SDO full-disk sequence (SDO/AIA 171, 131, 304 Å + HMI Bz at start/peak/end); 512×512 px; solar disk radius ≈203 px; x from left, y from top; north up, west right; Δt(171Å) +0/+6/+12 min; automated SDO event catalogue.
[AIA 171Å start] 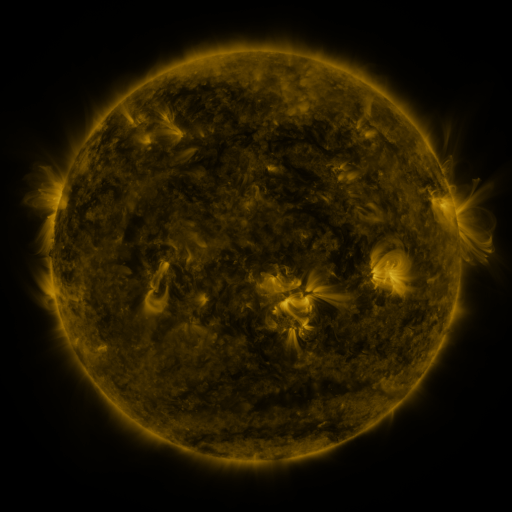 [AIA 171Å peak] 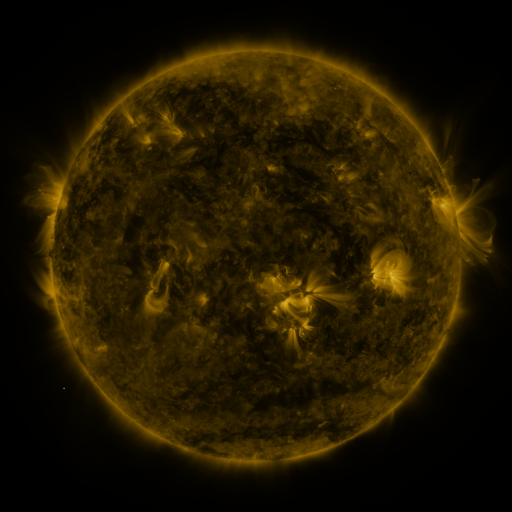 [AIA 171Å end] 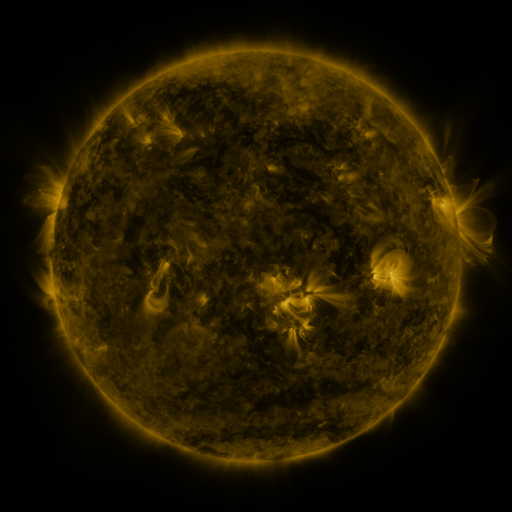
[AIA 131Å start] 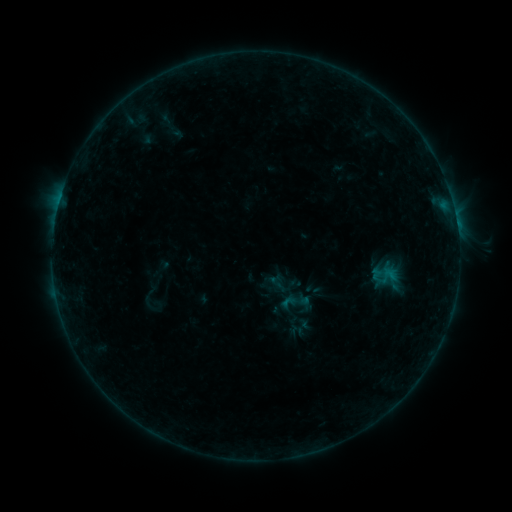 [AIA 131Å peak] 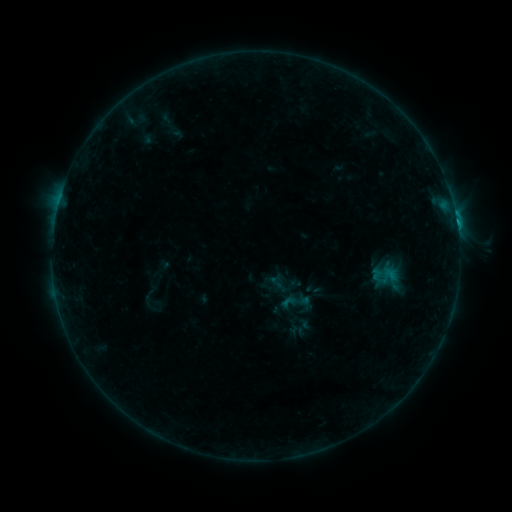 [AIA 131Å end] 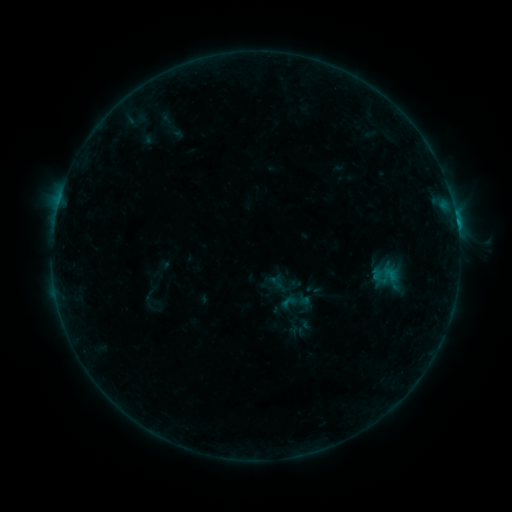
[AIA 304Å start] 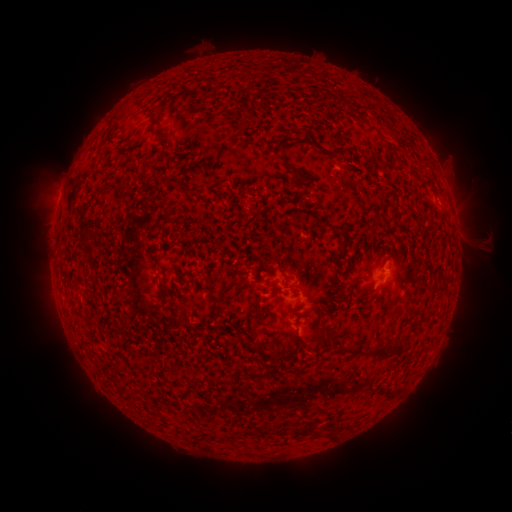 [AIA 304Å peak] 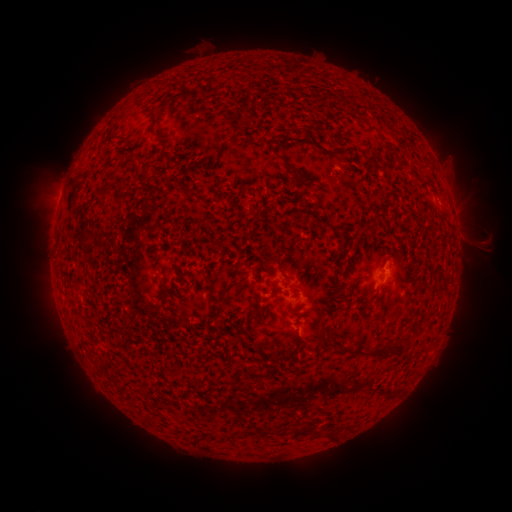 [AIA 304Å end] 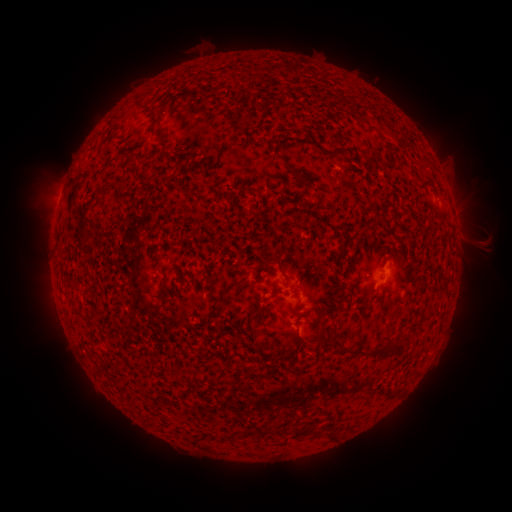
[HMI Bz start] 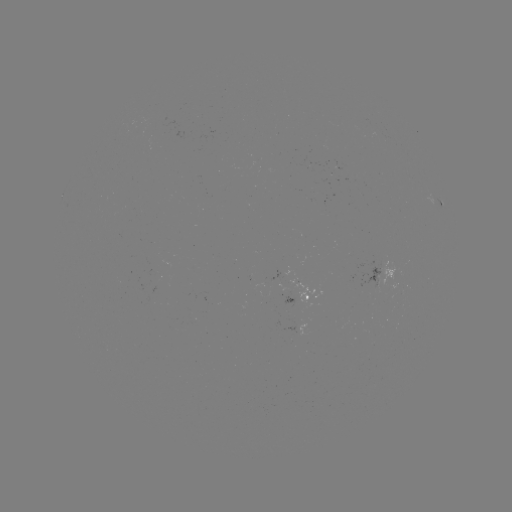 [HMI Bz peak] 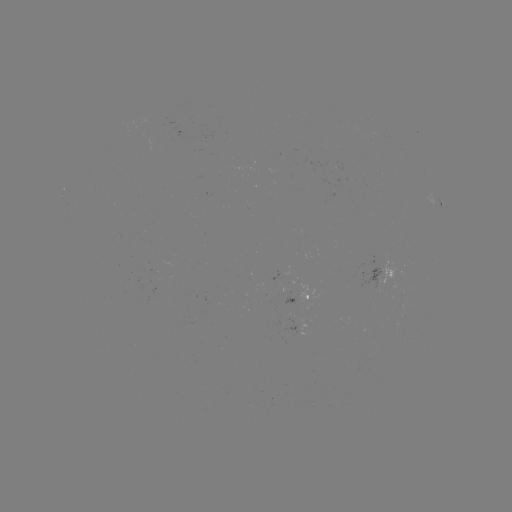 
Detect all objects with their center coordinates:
B8.1 flare: (456, 223)
